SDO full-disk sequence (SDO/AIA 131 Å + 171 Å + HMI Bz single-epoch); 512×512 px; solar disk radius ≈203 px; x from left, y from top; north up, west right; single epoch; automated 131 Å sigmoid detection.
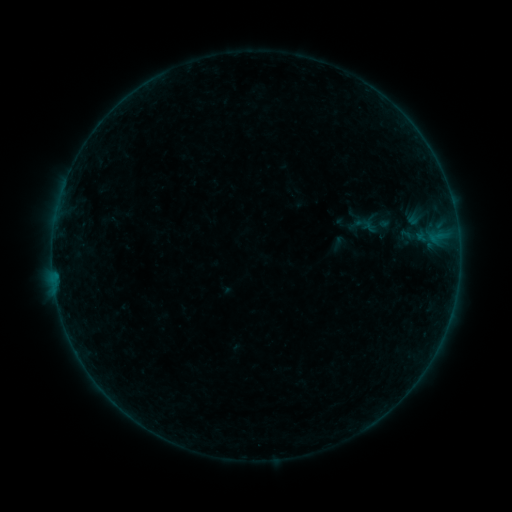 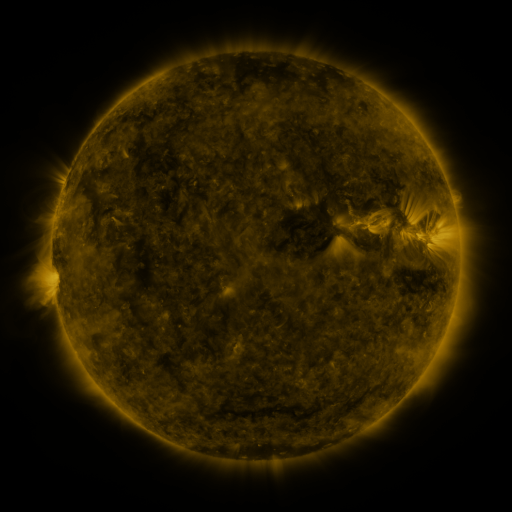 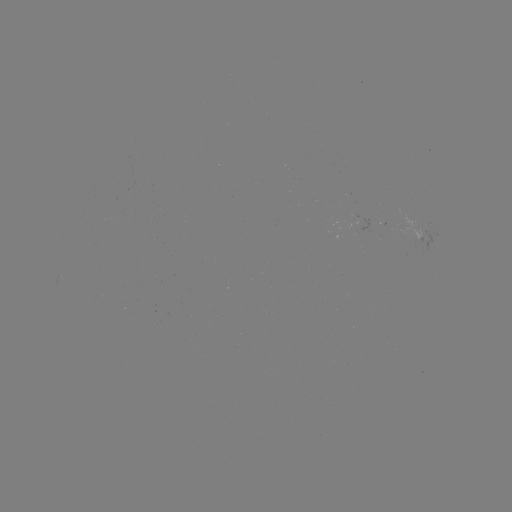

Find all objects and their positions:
sigmoid: (364, 224)
